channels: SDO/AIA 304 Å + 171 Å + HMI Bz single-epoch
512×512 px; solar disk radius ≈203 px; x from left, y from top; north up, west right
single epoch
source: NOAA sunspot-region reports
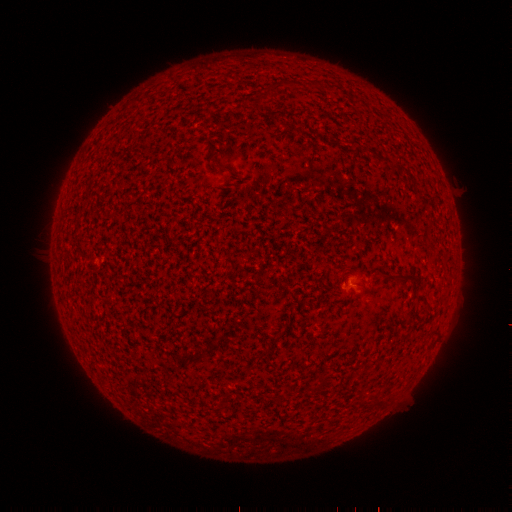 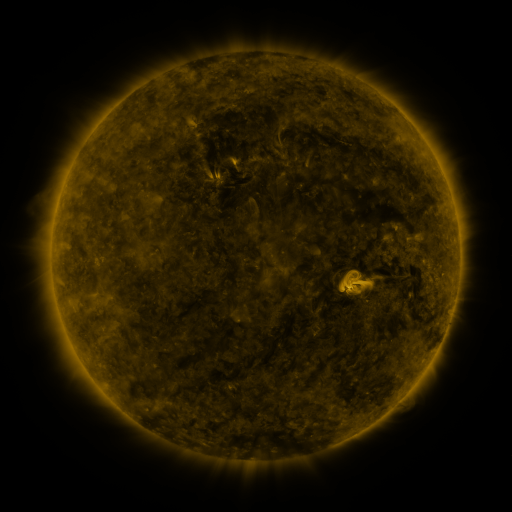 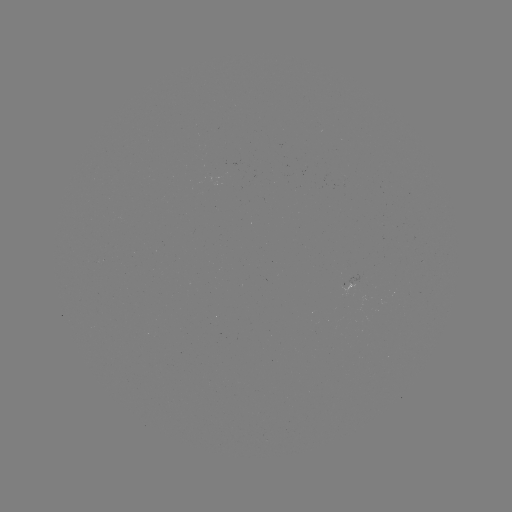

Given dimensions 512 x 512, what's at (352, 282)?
spotted active region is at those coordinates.